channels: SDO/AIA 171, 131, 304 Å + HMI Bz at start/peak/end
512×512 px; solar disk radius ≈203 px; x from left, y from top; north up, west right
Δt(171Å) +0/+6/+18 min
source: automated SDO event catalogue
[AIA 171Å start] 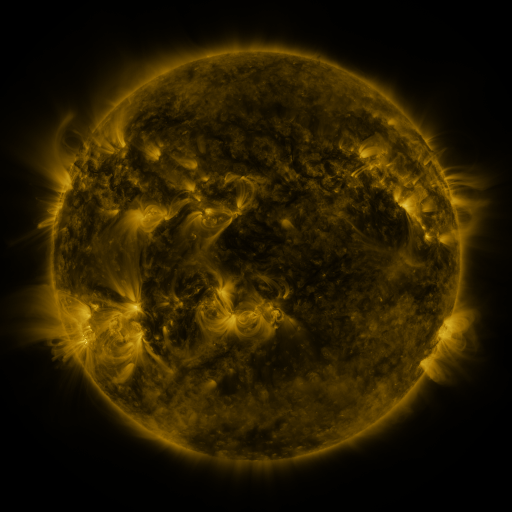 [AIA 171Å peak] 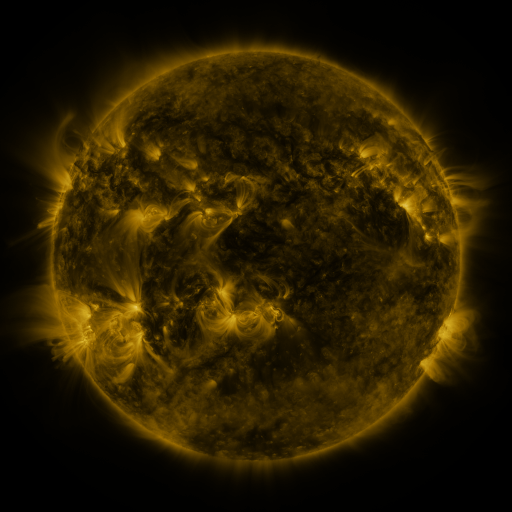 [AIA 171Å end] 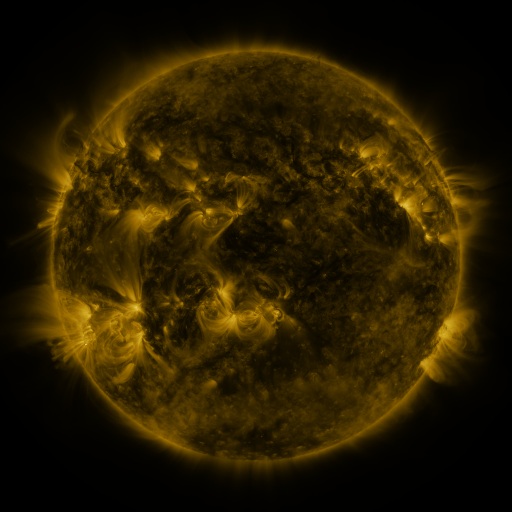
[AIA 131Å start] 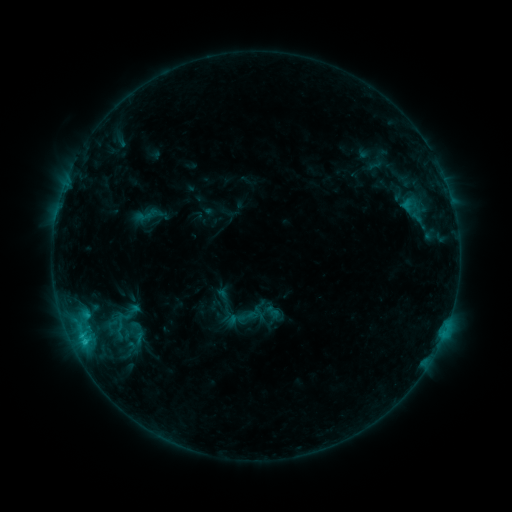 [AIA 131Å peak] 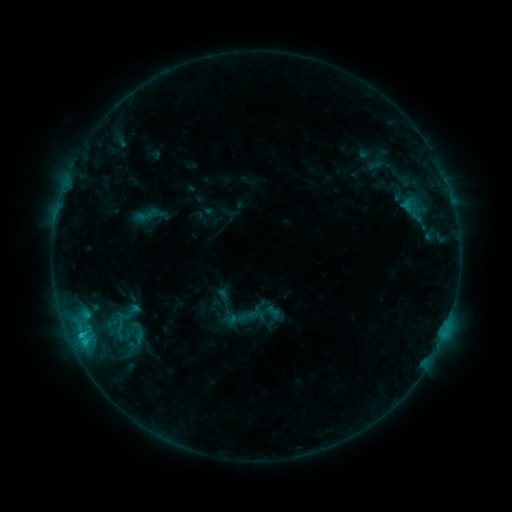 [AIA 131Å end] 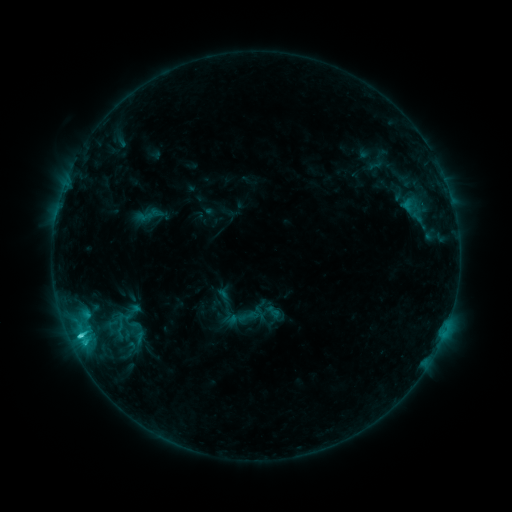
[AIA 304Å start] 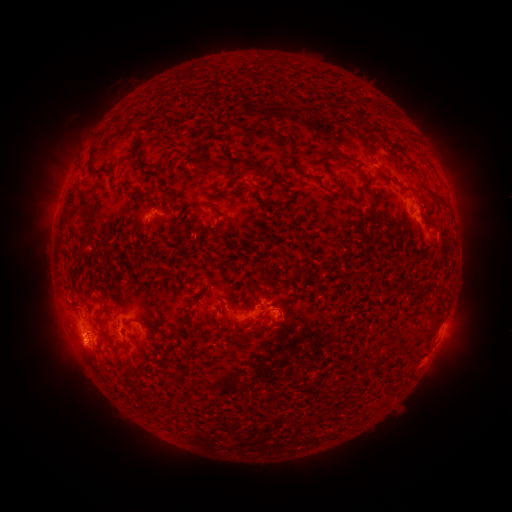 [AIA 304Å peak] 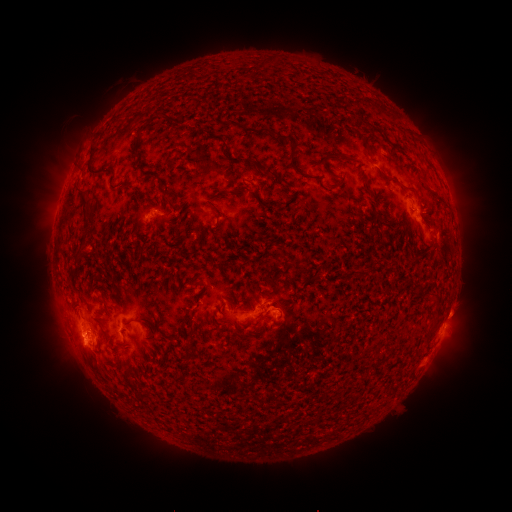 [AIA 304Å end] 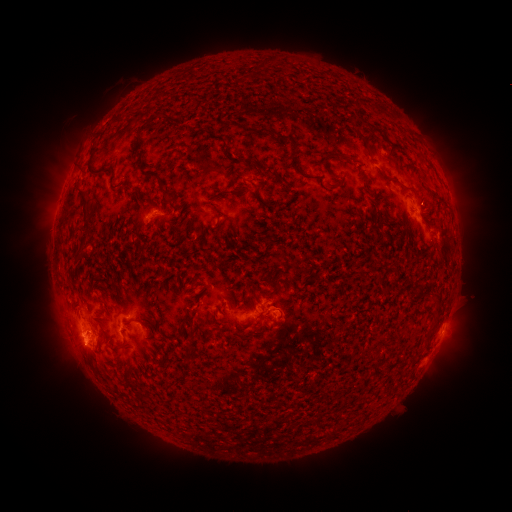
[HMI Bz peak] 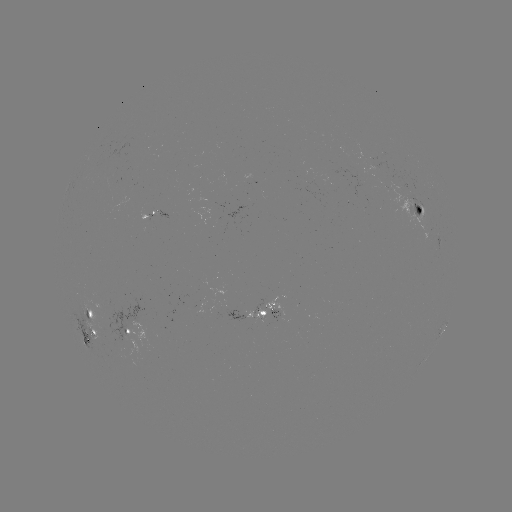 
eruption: <bbox>31, 291, 103, 384</bbox>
